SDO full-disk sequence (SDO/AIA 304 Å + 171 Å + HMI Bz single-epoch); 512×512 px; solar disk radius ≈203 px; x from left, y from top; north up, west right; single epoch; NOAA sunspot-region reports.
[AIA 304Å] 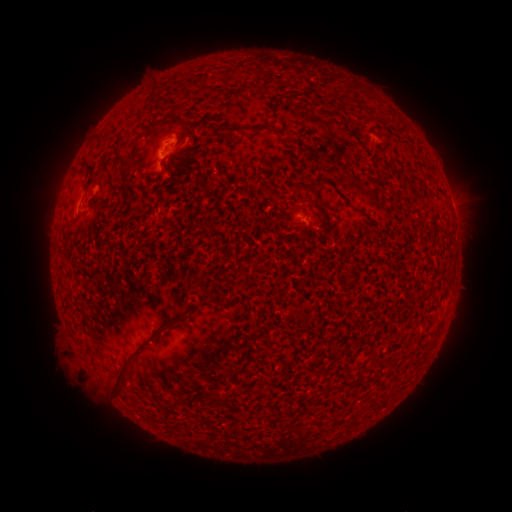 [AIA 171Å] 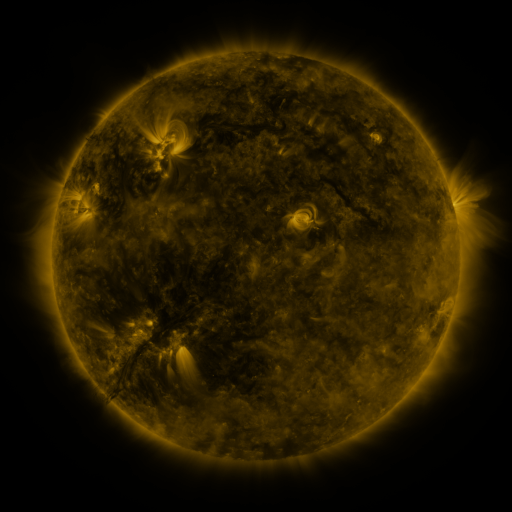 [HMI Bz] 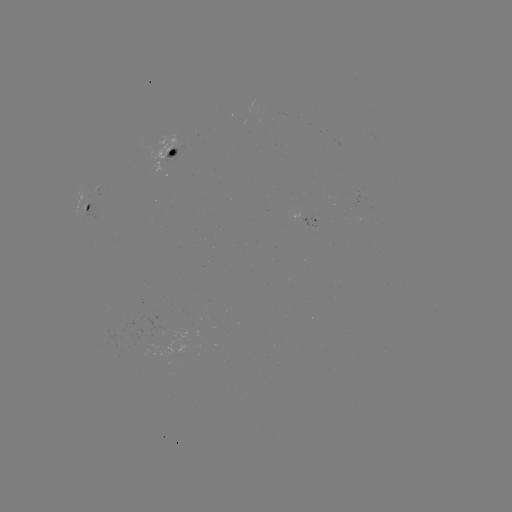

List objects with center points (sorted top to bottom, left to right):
spotted active region: (173, 151)
spotted active region: (88, 207)
spotted active region: (454, 213)
spotted active region: (307, 217)
